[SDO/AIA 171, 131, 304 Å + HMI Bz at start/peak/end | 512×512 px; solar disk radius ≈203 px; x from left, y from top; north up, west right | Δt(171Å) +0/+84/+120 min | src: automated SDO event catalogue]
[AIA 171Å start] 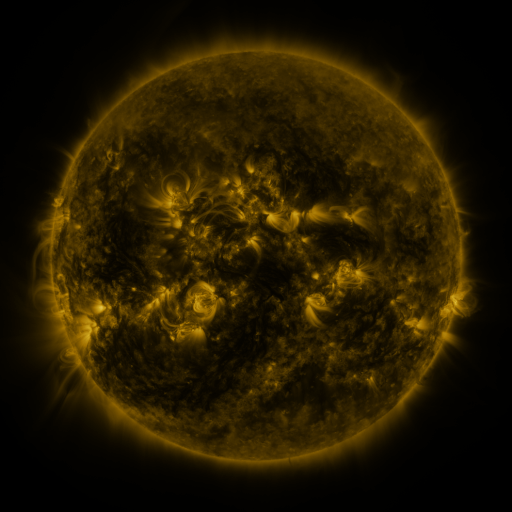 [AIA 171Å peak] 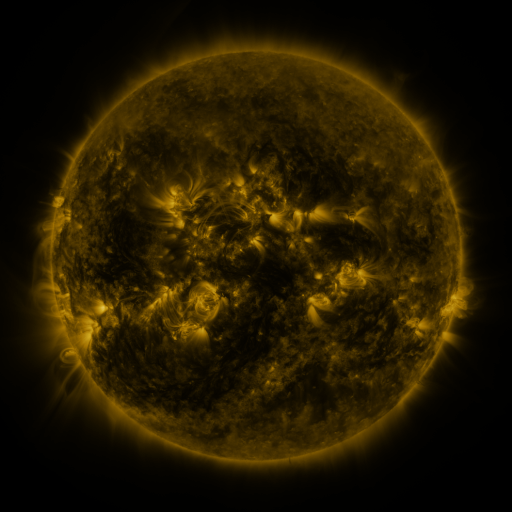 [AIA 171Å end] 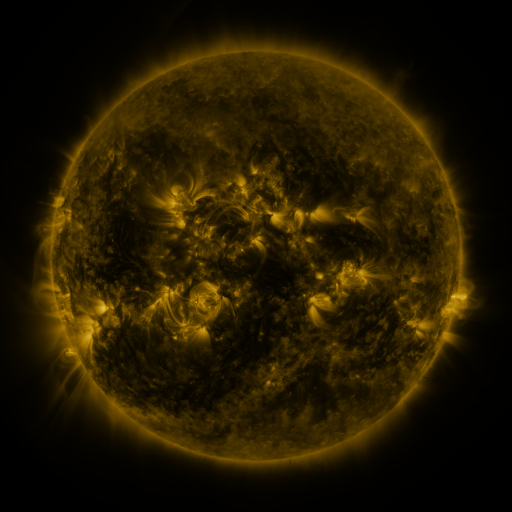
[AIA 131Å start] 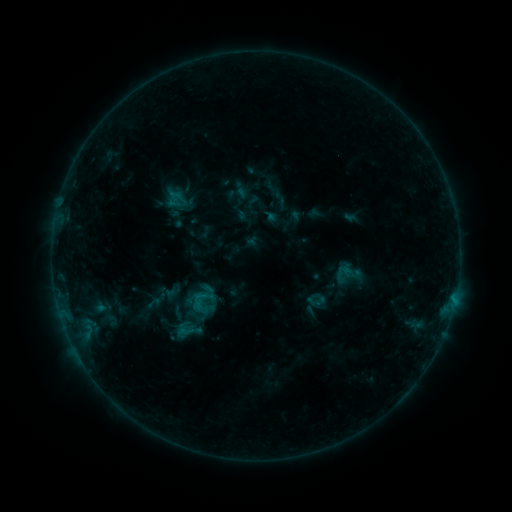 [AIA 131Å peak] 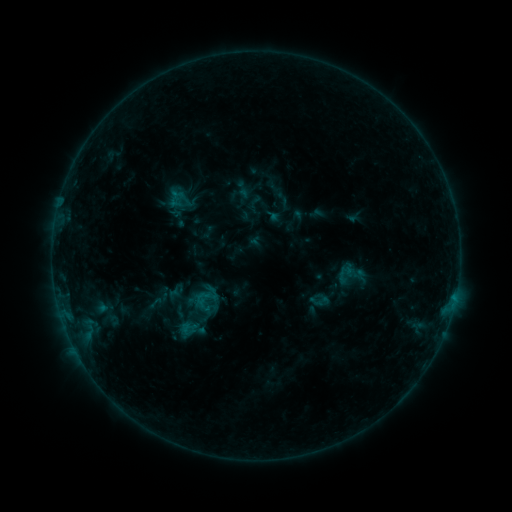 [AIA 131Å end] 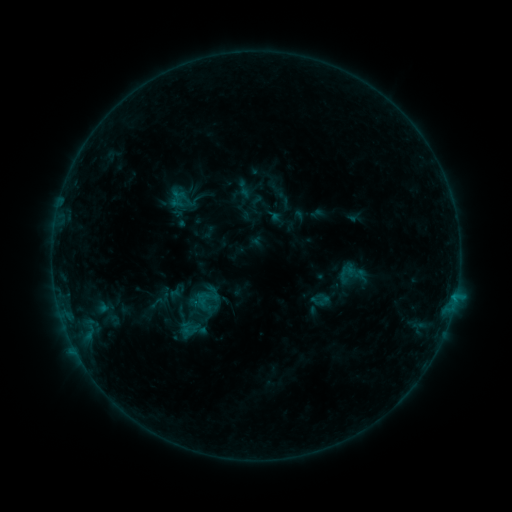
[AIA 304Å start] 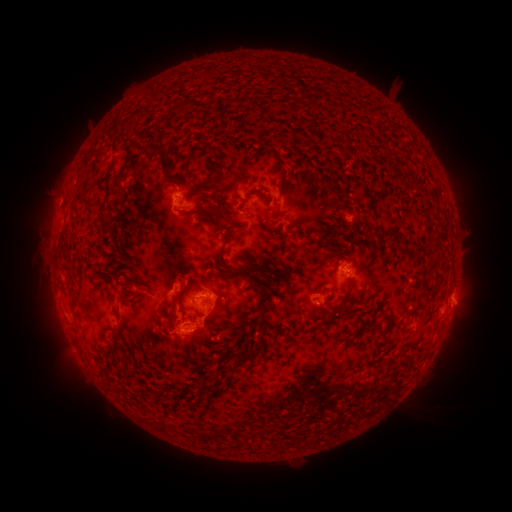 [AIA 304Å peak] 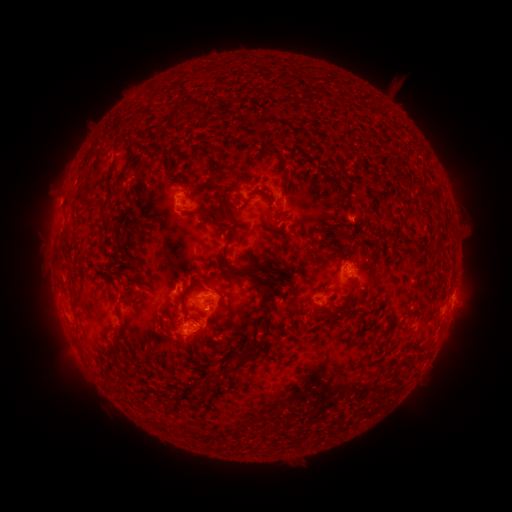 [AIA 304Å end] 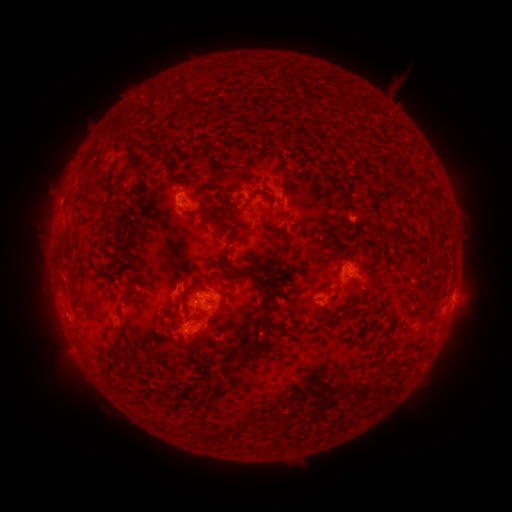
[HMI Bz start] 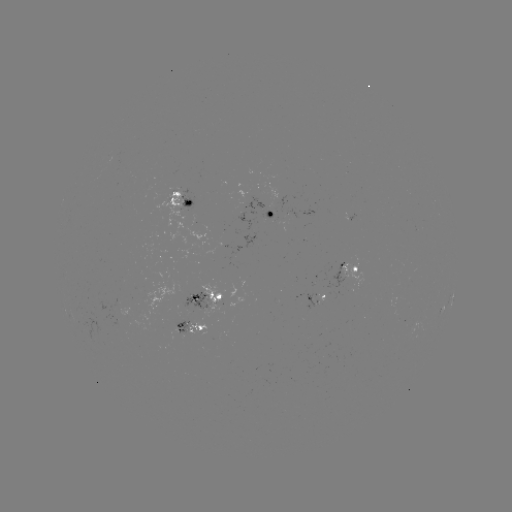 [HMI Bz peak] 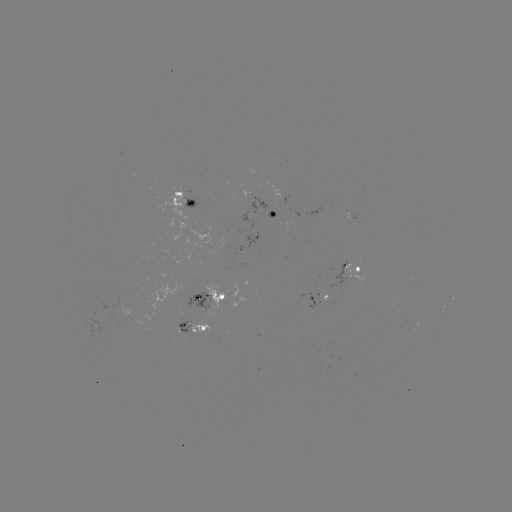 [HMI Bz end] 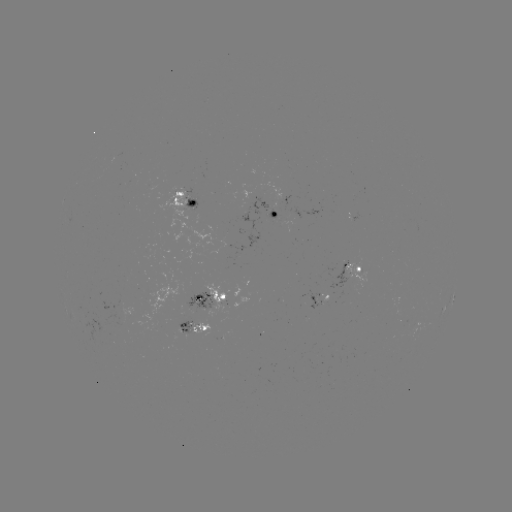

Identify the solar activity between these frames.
emerging-flux region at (358, 279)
